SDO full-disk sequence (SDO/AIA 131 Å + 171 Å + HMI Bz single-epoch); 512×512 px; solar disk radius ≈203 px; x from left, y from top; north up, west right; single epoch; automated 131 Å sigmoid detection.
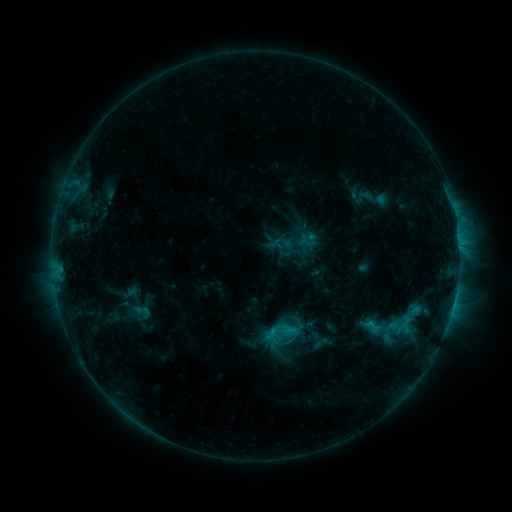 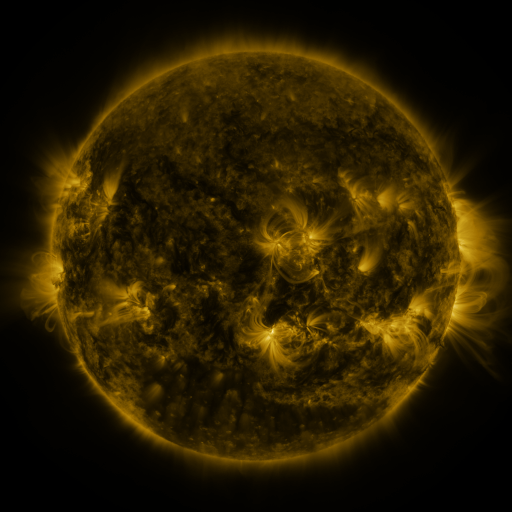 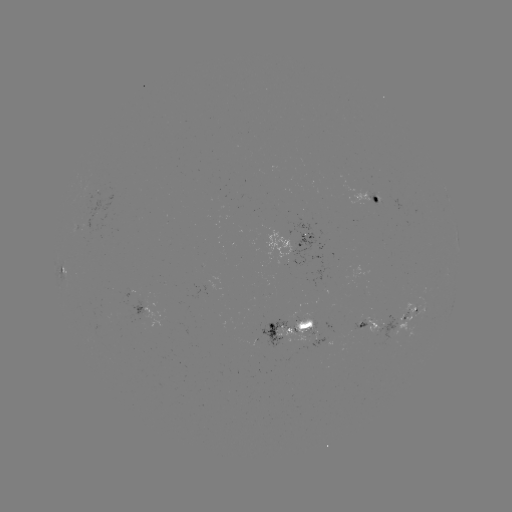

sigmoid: [262, 312, 302, 352]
